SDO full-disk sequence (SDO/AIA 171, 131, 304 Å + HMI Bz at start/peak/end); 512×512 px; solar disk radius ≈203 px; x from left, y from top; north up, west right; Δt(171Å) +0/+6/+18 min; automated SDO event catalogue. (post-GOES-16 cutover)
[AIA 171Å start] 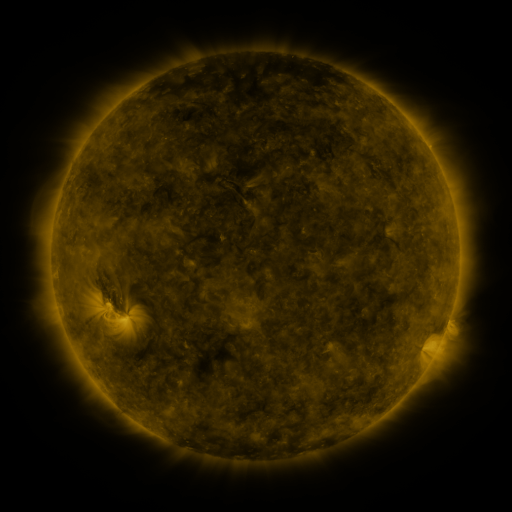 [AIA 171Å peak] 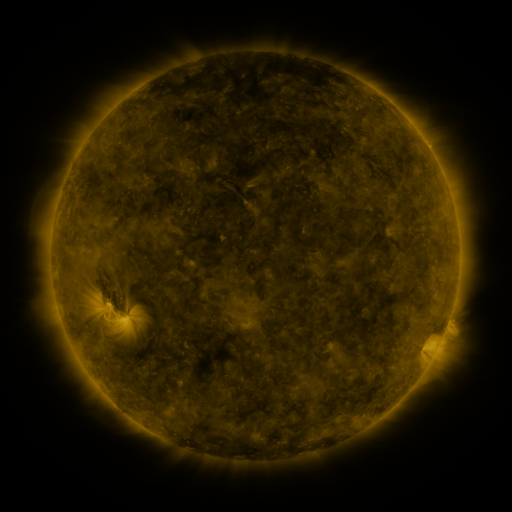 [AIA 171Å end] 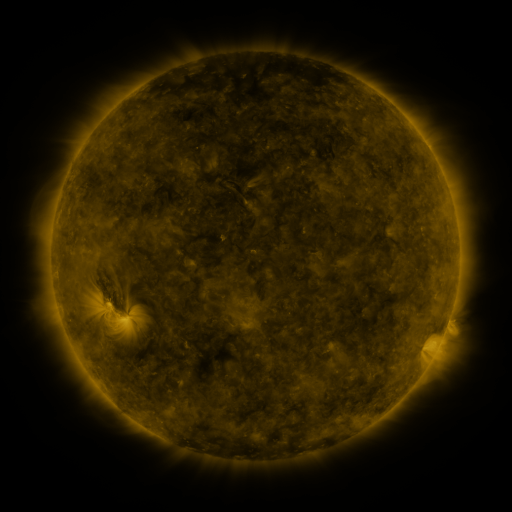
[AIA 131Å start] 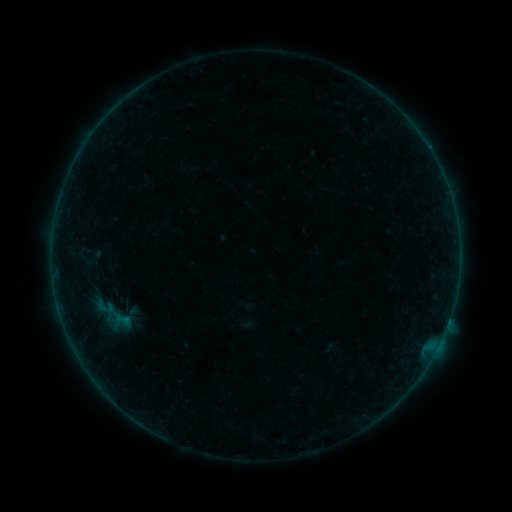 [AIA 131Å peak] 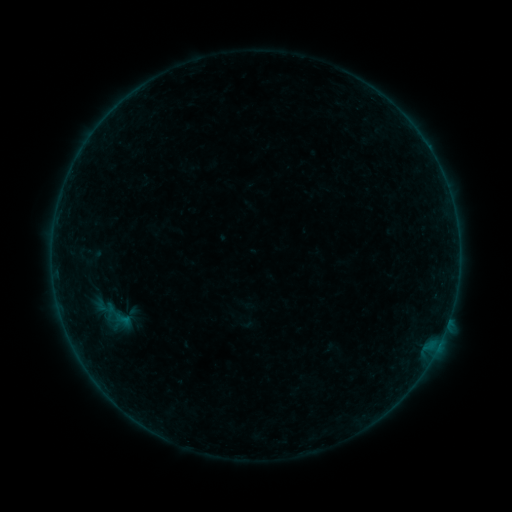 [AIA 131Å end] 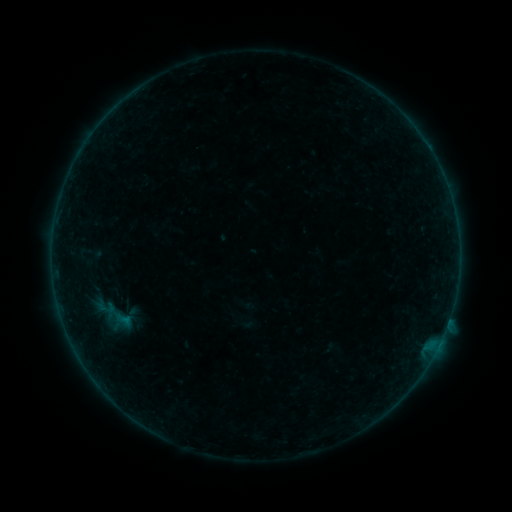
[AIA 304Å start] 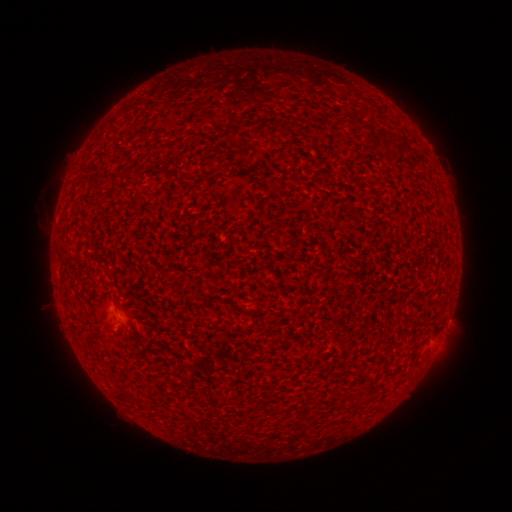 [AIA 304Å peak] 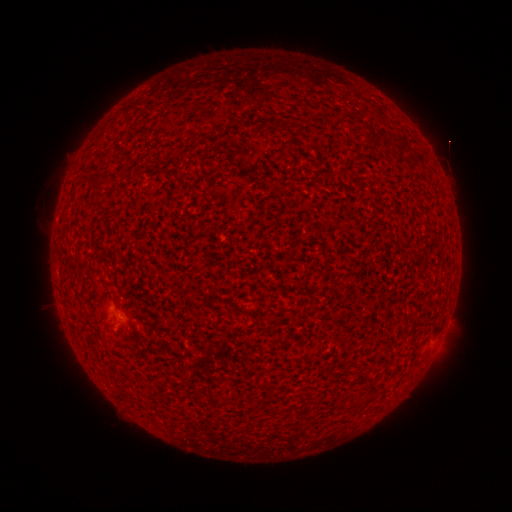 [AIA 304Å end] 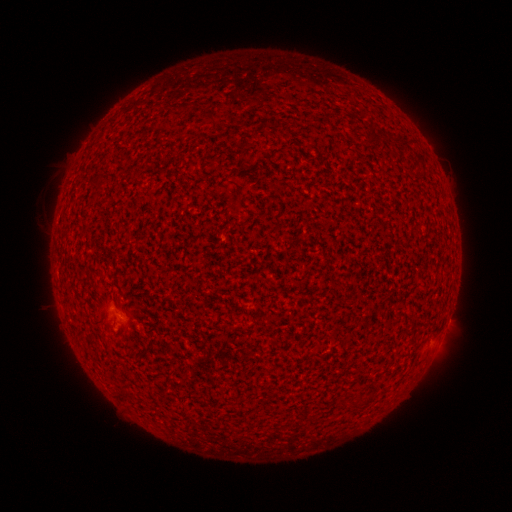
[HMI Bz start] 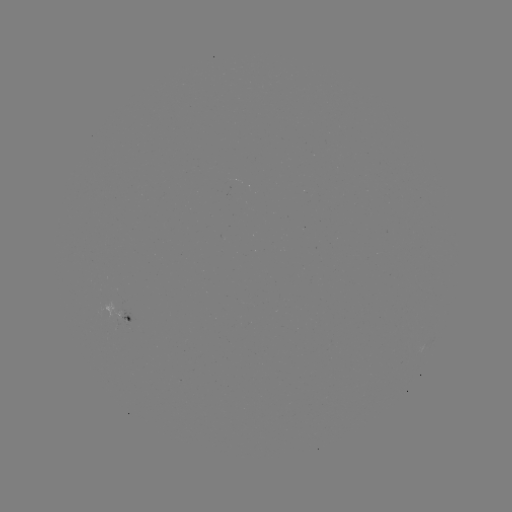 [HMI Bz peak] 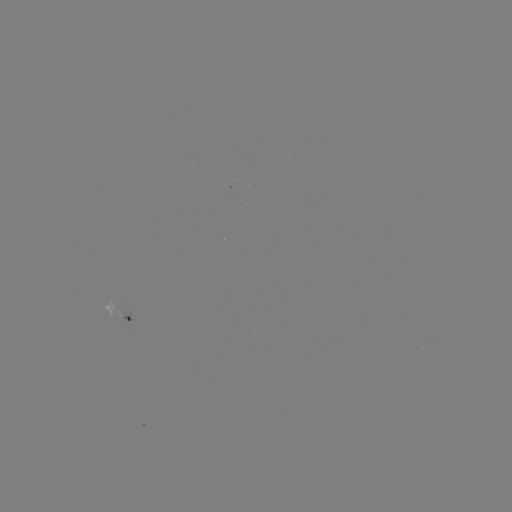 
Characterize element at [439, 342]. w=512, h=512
B1.5 flare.